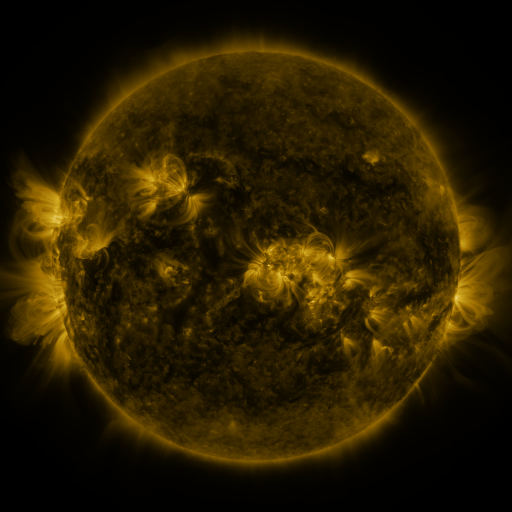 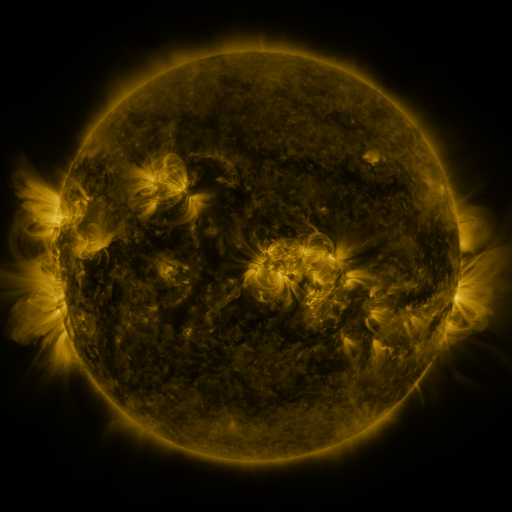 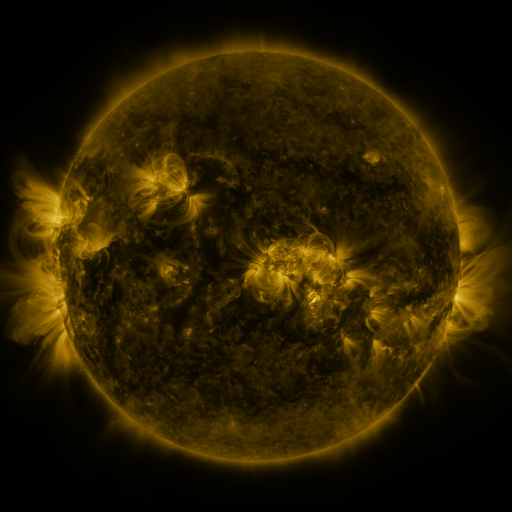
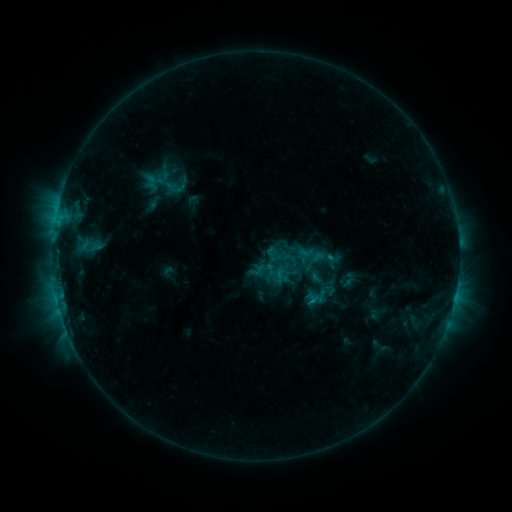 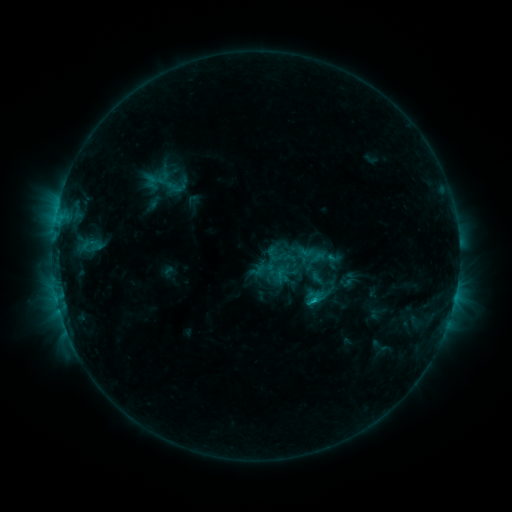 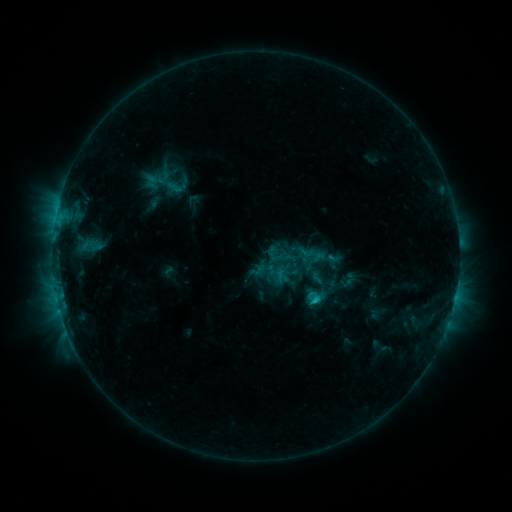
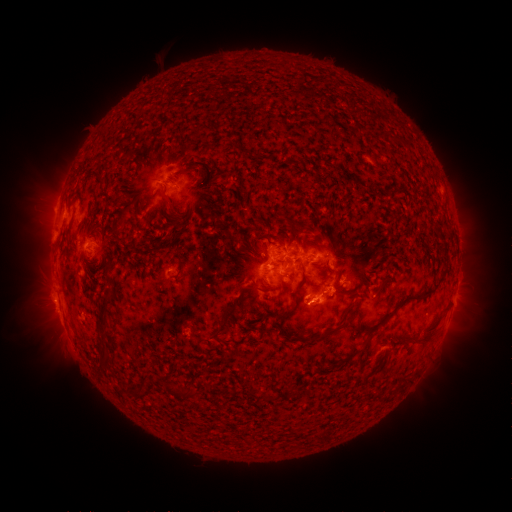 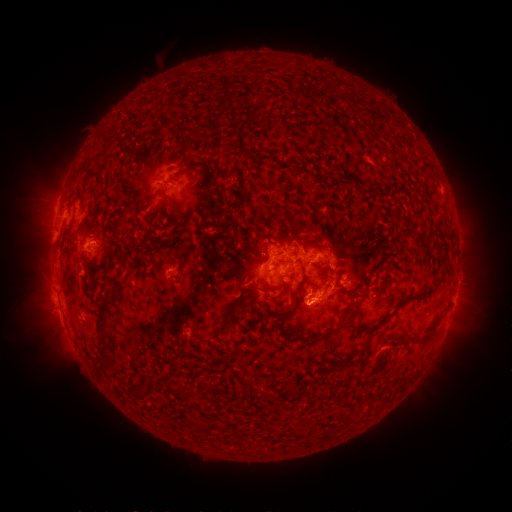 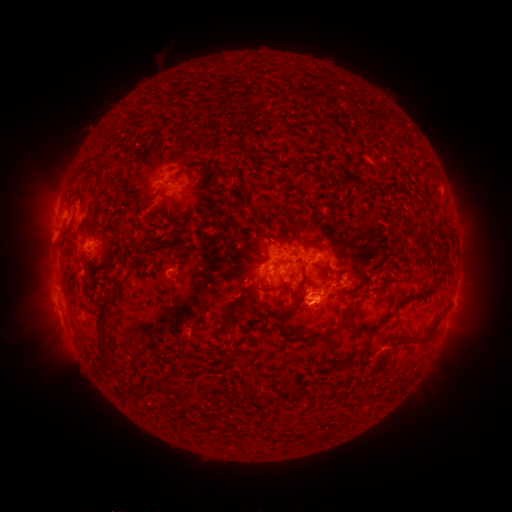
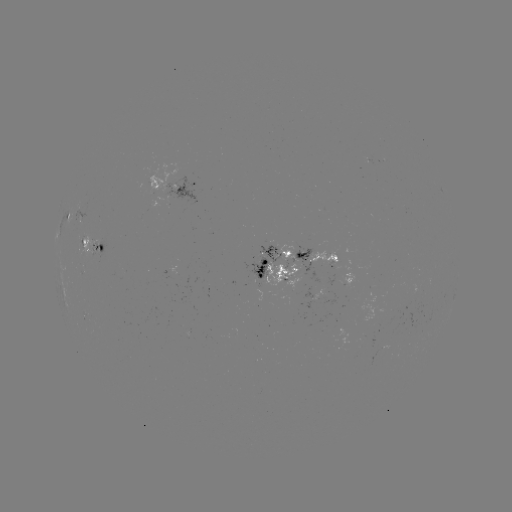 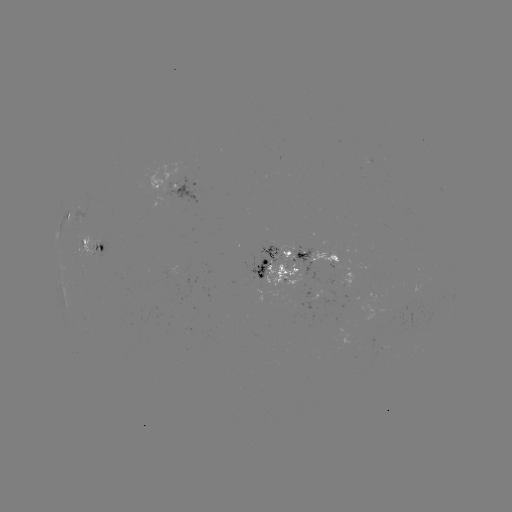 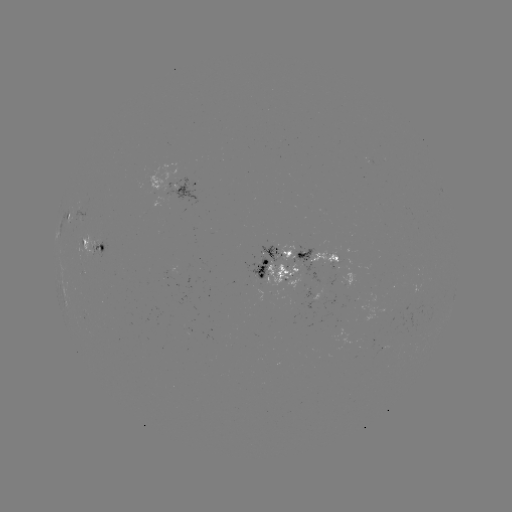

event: eruption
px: (321, 306)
